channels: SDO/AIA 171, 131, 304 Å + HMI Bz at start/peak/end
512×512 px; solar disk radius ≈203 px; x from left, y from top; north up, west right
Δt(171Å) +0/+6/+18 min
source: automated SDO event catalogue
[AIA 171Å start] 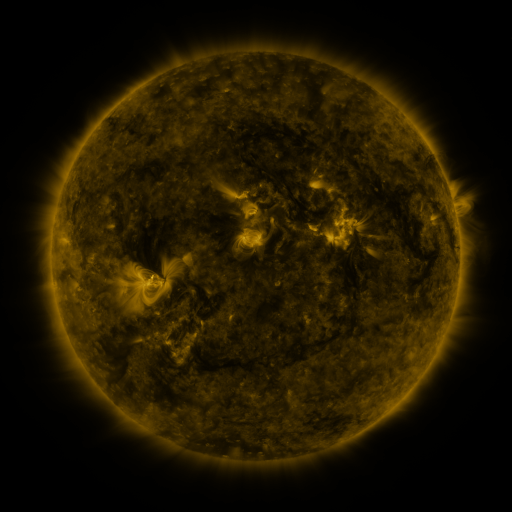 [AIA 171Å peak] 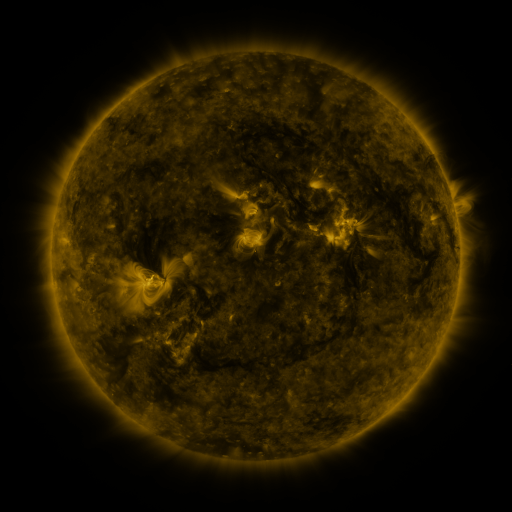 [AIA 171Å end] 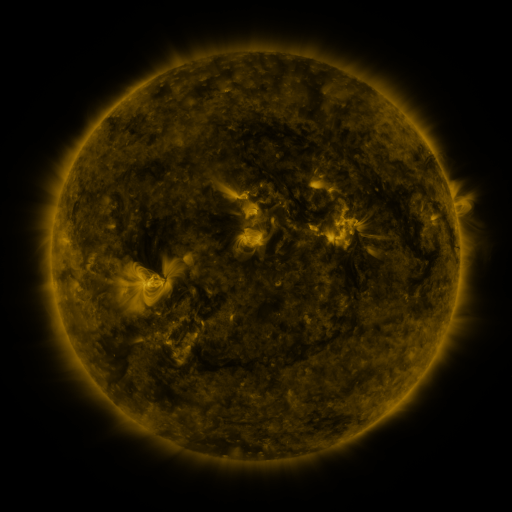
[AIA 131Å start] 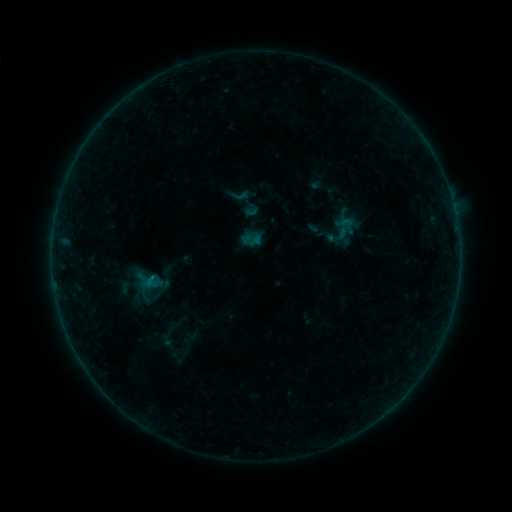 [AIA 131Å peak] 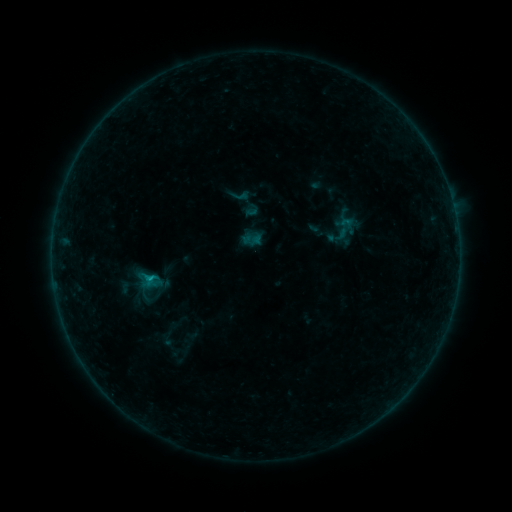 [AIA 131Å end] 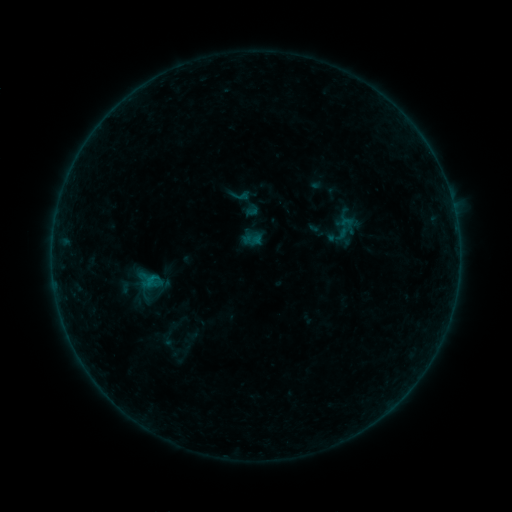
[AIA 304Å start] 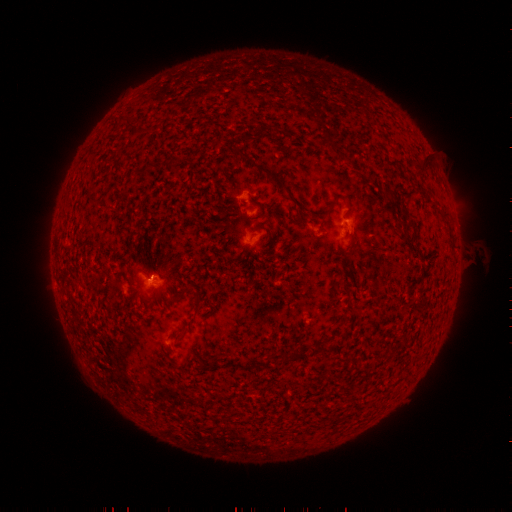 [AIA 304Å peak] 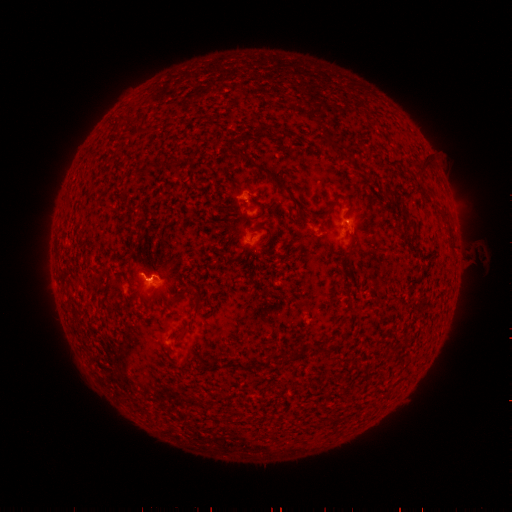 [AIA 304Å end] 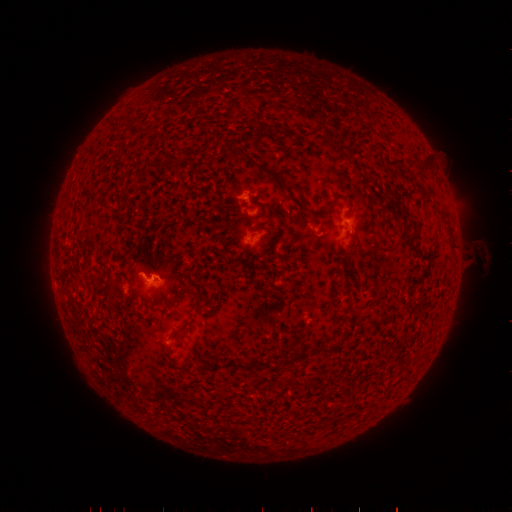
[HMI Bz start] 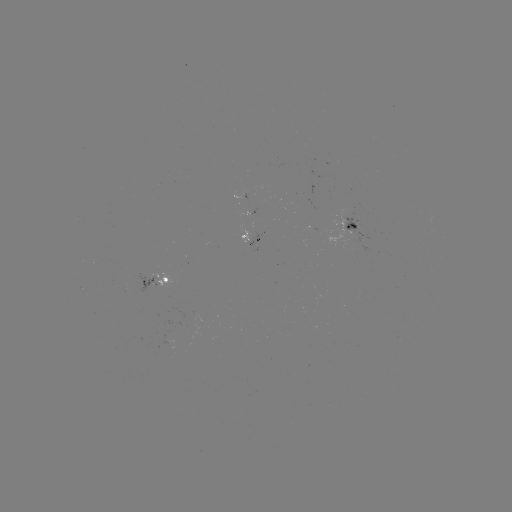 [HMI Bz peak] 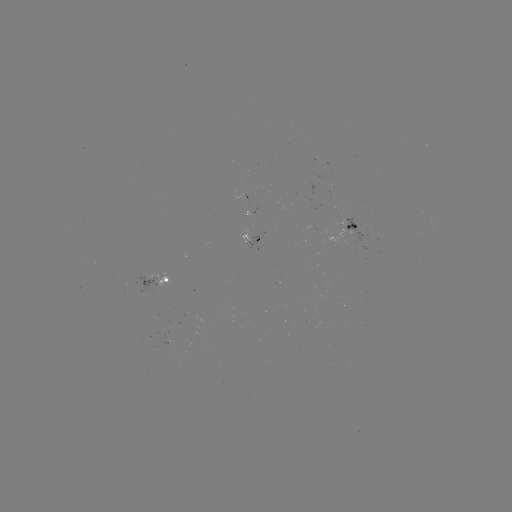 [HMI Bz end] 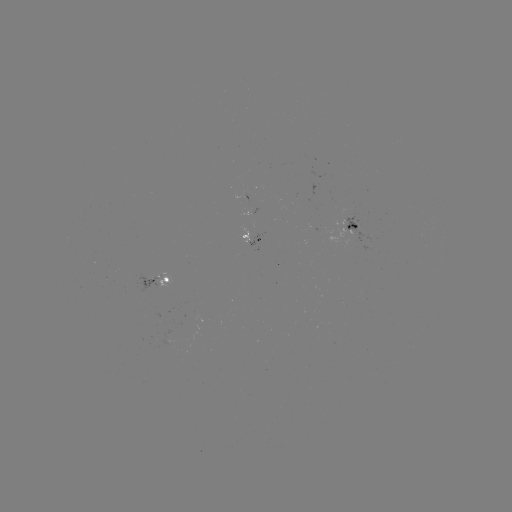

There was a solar flare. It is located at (151, 276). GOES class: B3.7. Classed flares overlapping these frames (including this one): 1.